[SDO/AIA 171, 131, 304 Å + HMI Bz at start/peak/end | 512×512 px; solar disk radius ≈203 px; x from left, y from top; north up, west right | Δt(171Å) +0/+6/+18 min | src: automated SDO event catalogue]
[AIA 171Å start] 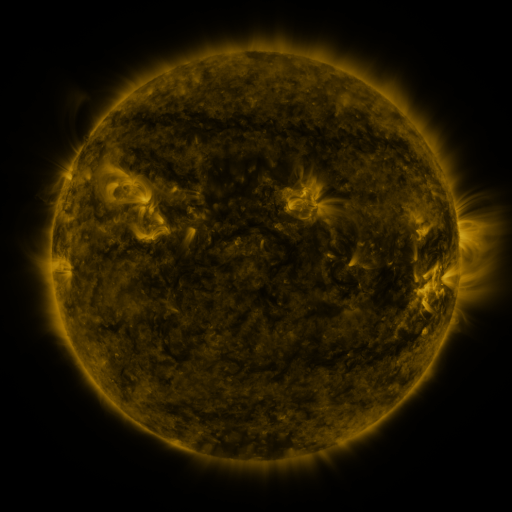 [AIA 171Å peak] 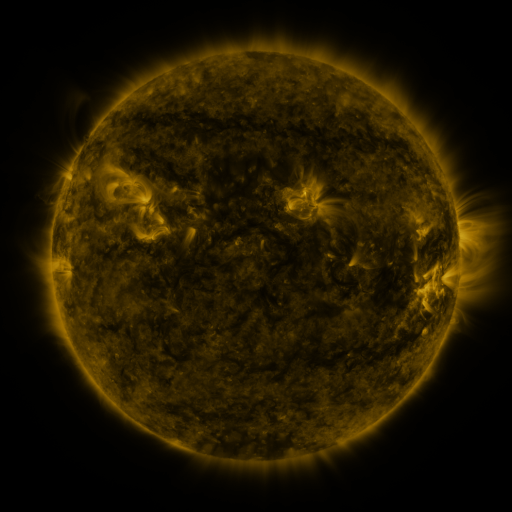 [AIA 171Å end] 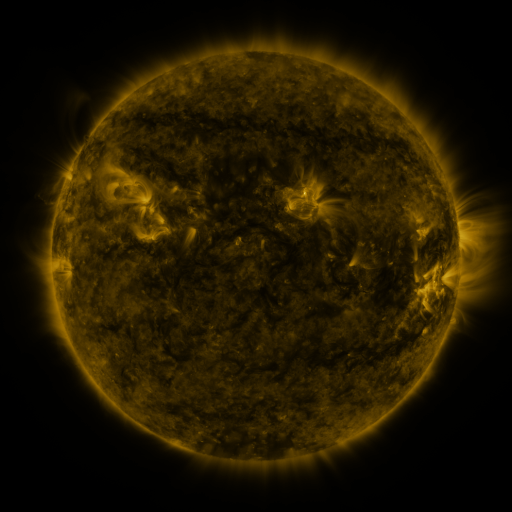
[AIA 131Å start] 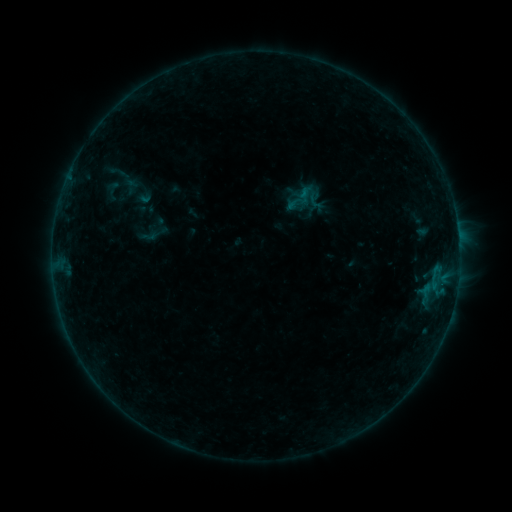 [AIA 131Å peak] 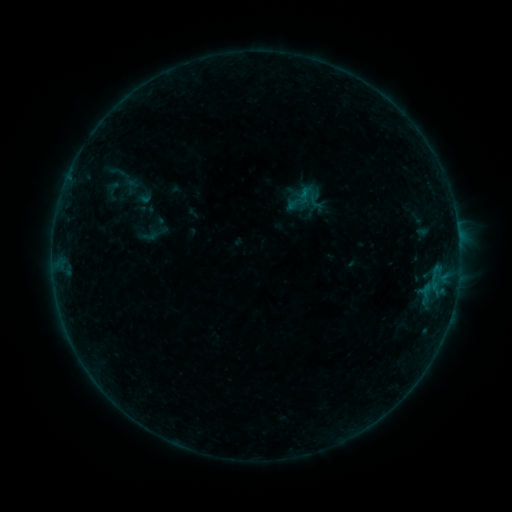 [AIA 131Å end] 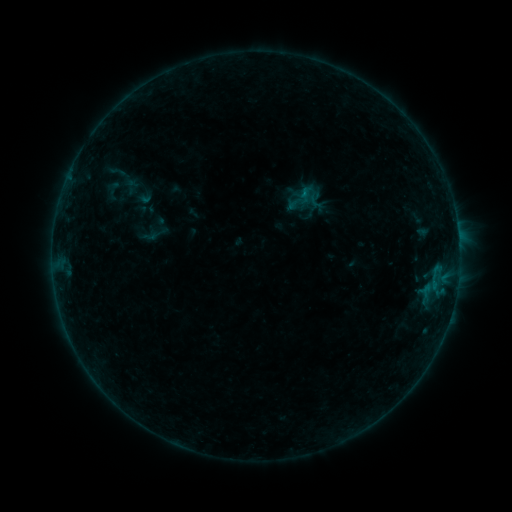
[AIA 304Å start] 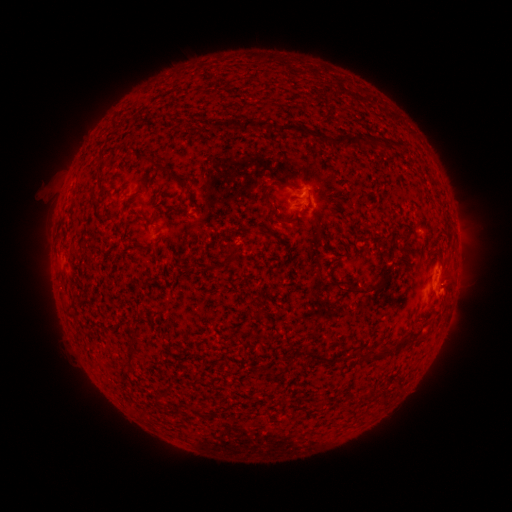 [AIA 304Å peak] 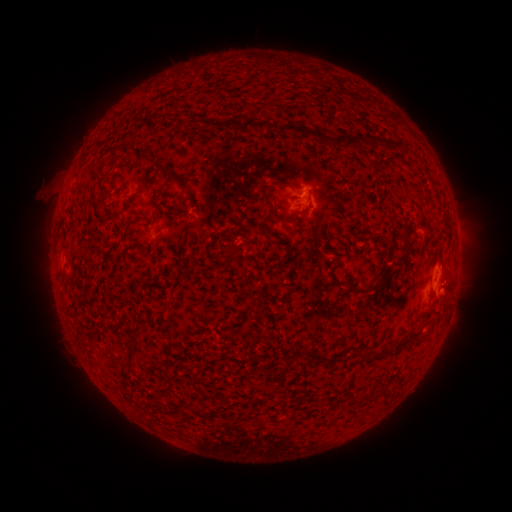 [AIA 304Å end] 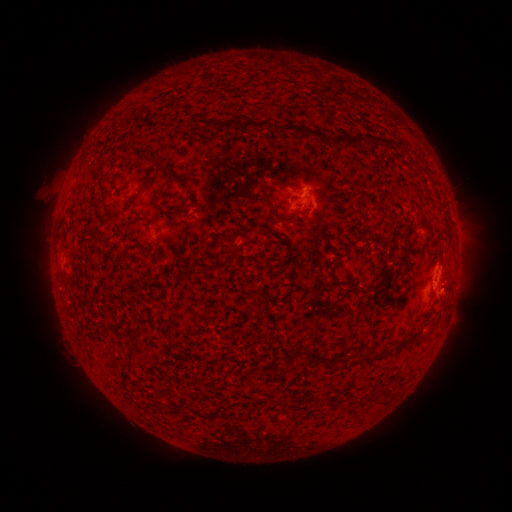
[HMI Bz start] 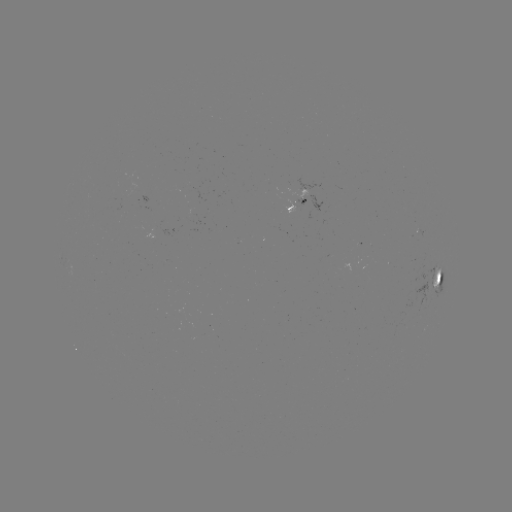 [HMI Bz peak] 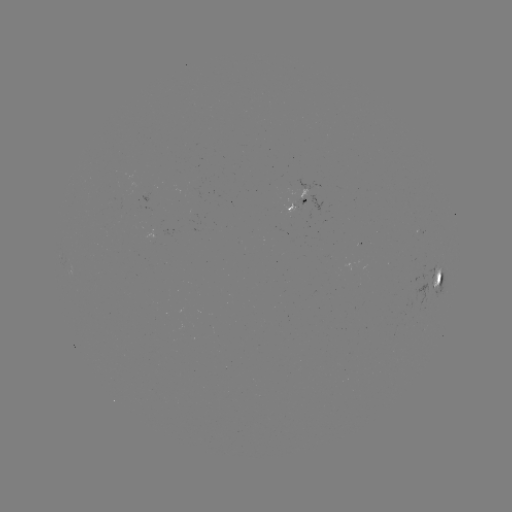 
nothing was catalogued: no classed flare, no EUV trigger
